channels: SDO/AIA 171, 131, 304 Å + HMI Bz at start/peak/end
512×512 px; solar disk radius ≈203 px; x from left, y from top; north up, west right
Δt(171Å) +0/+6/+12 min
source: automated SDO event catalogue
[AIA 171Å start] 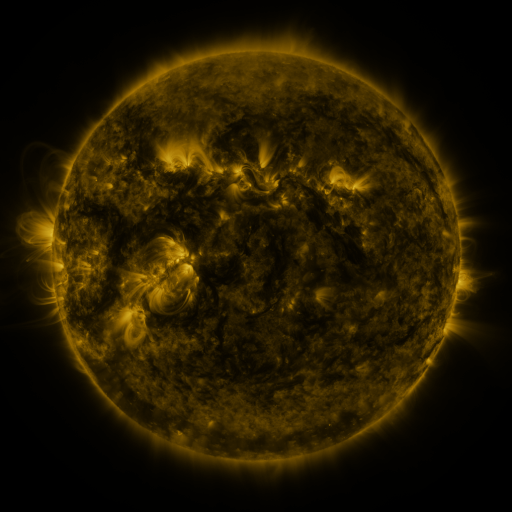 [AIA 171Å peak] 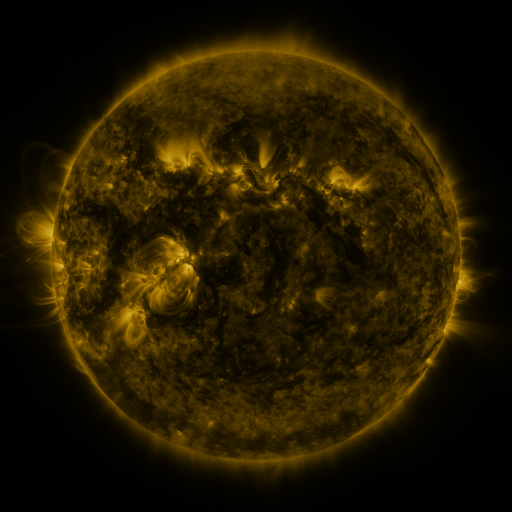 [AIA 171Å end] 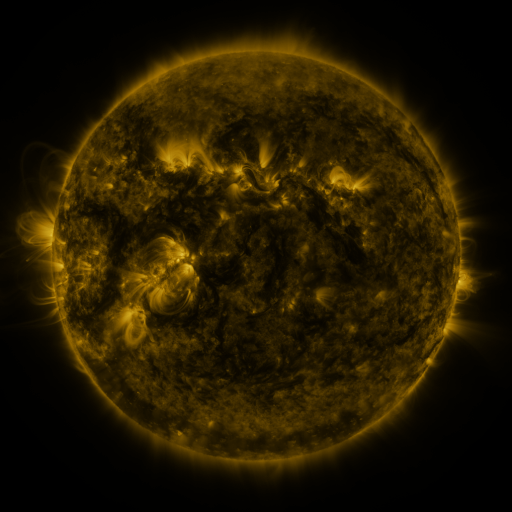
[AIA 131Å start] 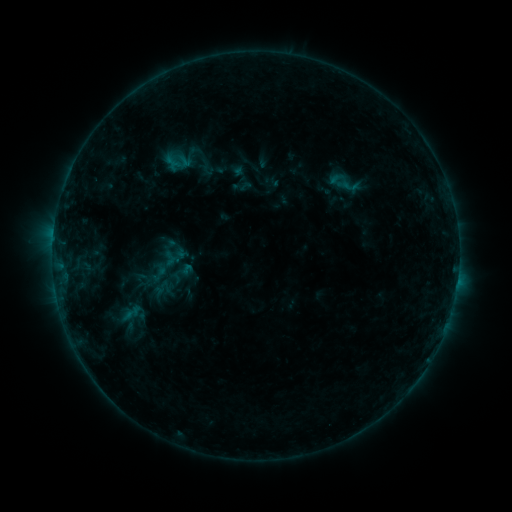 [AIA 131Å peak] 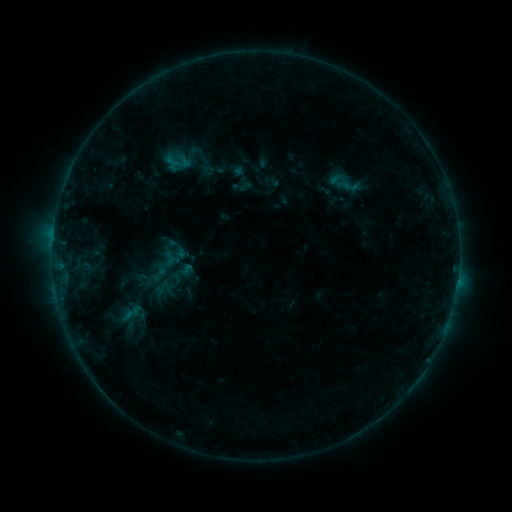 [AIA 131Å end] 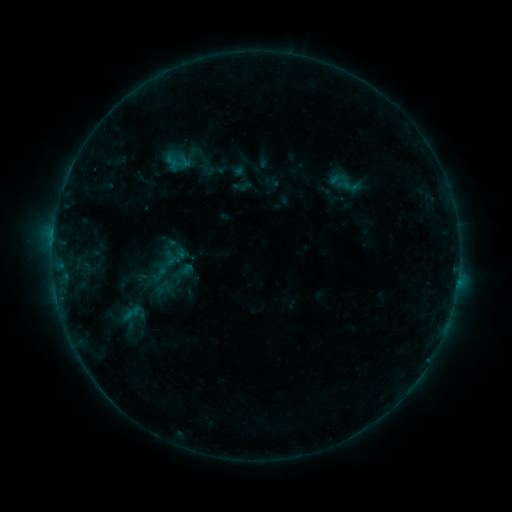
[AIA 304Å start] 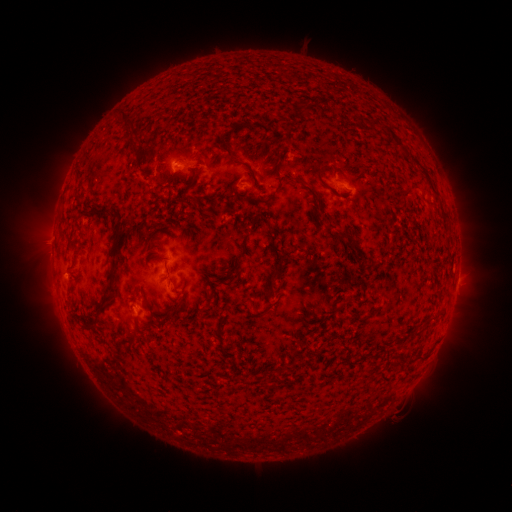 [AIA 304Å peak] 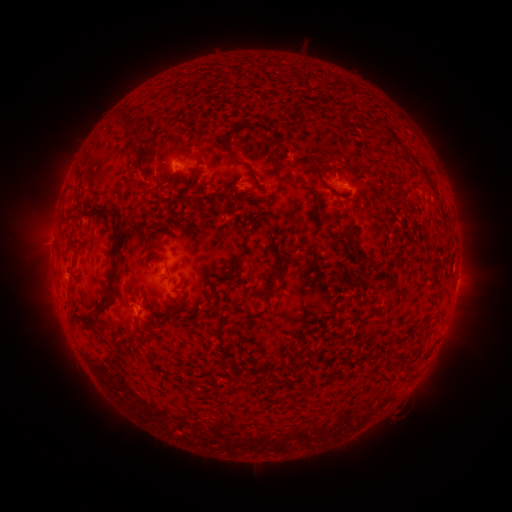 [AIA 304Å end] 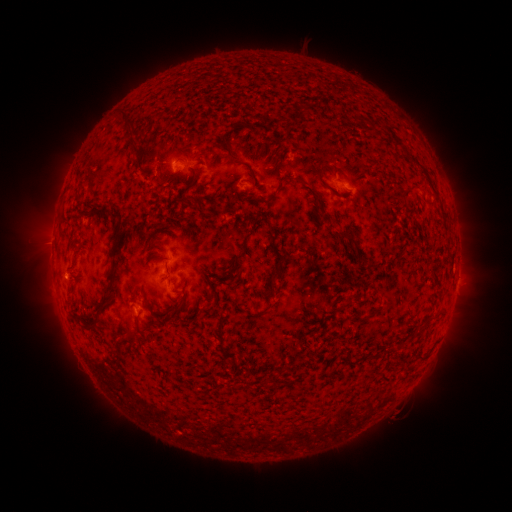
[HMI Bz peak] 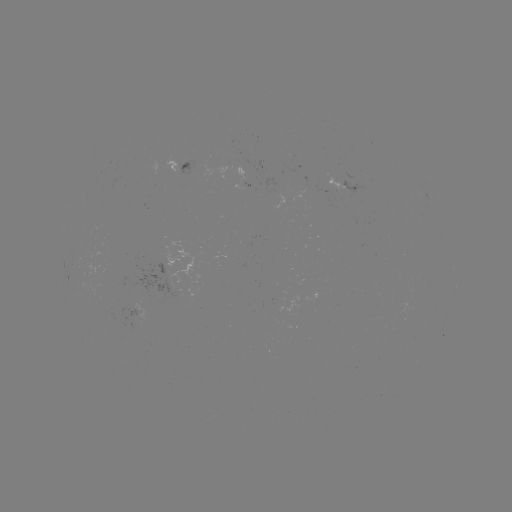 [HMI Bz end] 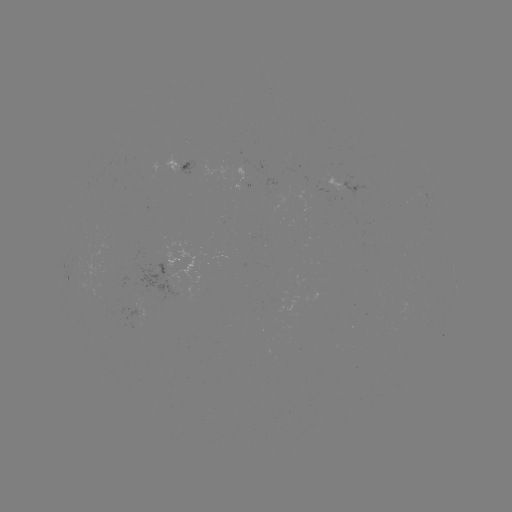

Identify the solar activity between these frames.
no flare in any classed list; no EUV-trigger detection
